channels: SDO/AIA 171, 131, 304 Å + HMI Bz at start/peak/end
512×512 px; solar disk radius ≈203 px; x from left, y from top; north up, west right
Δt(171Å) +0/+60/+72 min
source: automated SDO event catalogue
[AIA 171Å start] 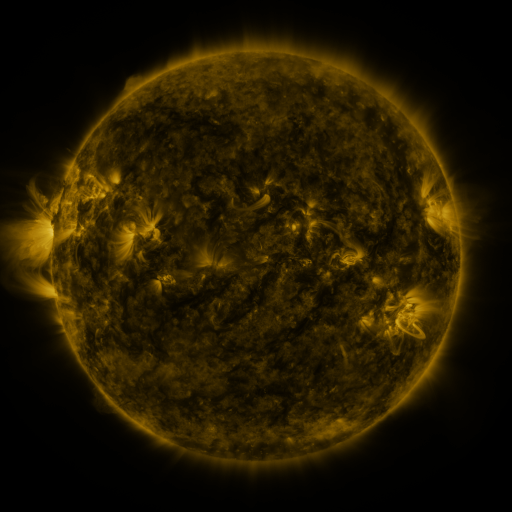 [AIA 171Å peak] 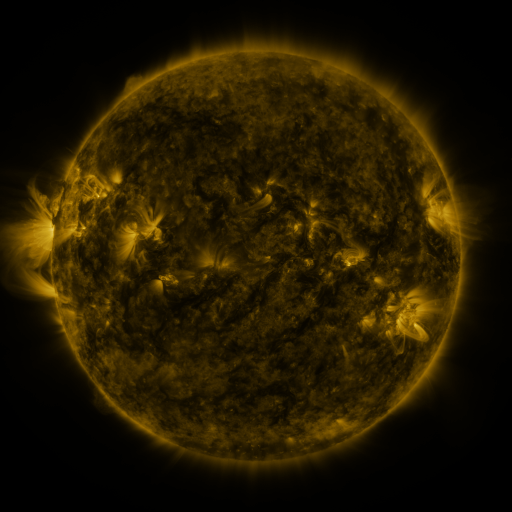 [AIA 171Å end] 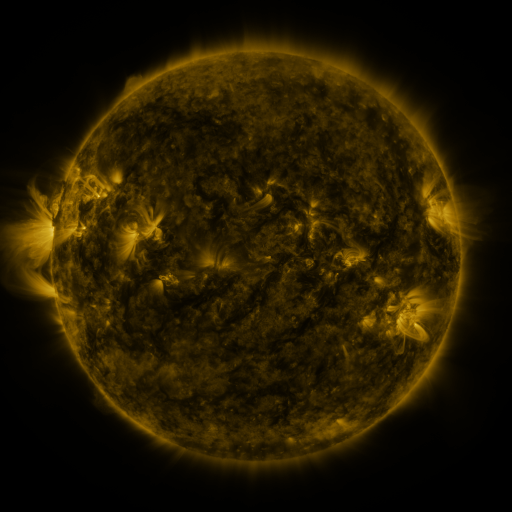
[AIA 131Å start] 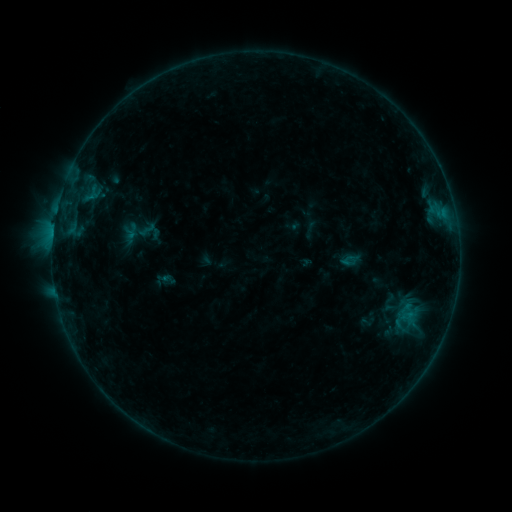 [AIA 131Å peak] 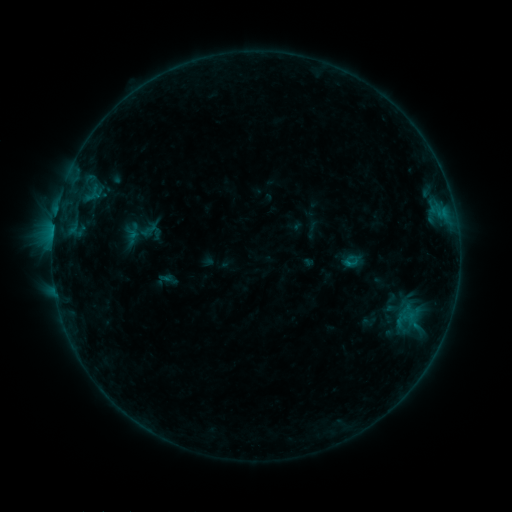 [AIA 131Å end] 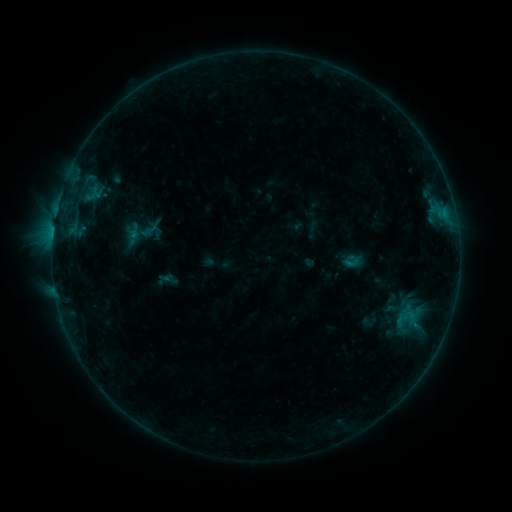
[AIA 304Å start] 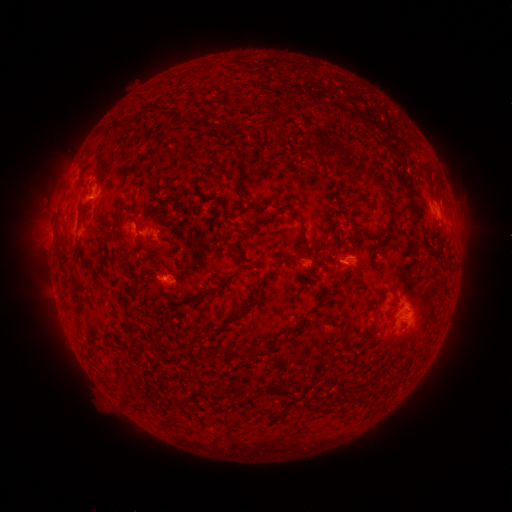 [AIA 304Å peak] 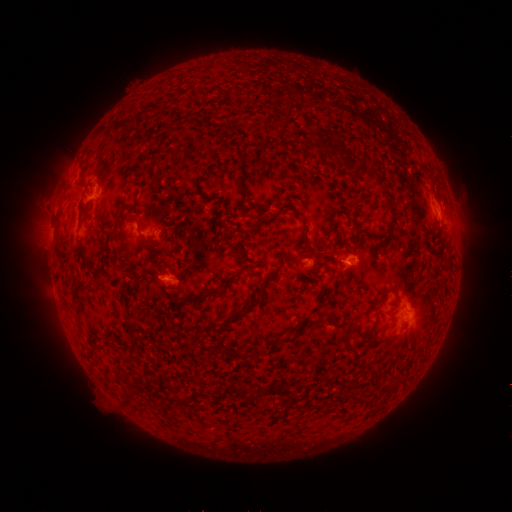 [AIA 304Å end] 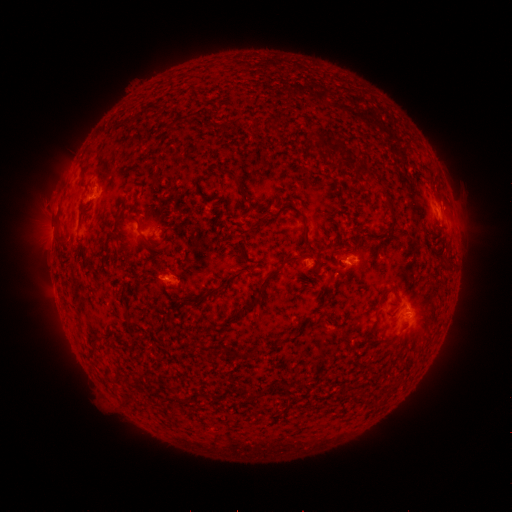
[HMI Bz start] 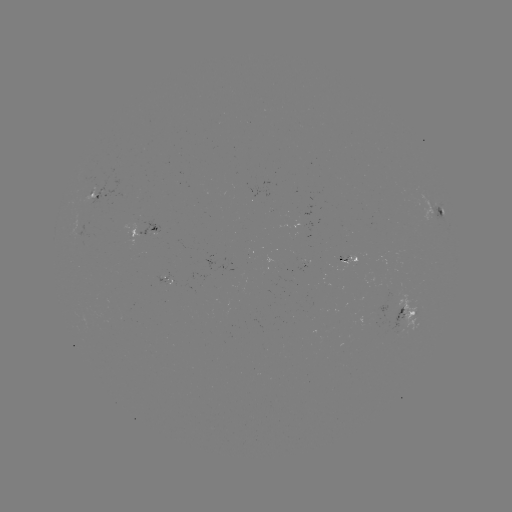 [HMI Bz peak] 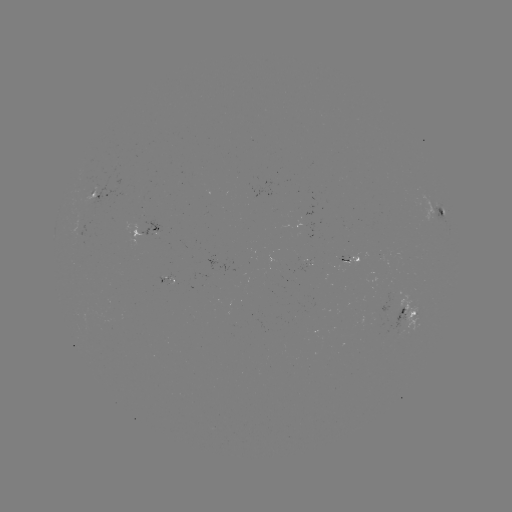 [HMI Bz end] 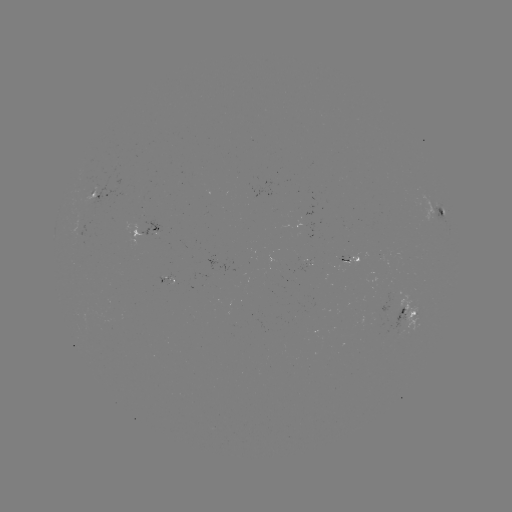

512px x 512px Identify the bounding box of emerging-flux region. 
[297, 262, 312, 273].